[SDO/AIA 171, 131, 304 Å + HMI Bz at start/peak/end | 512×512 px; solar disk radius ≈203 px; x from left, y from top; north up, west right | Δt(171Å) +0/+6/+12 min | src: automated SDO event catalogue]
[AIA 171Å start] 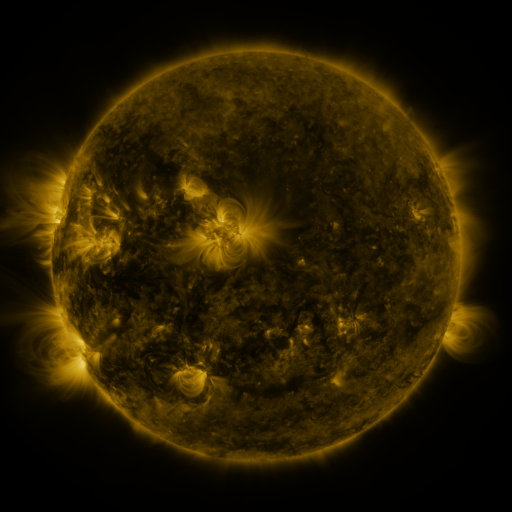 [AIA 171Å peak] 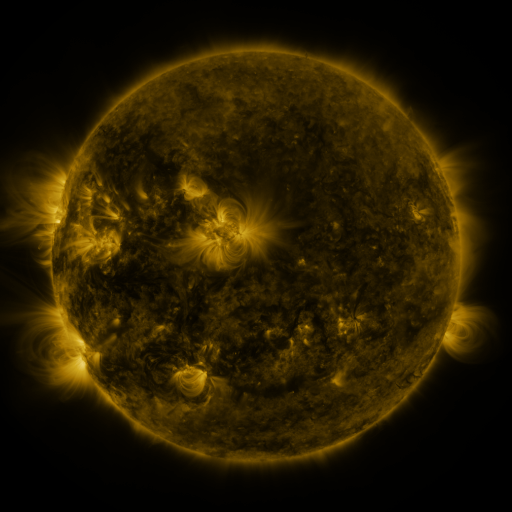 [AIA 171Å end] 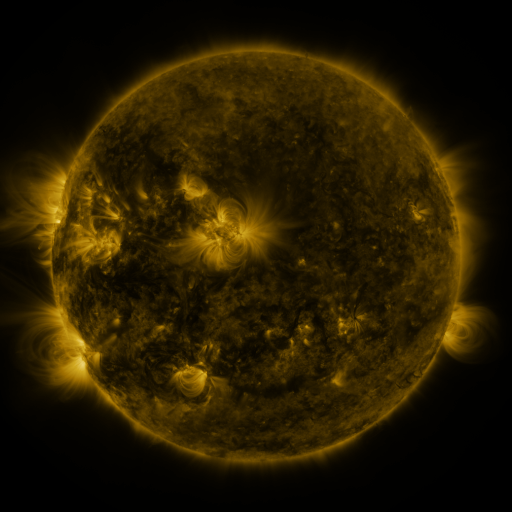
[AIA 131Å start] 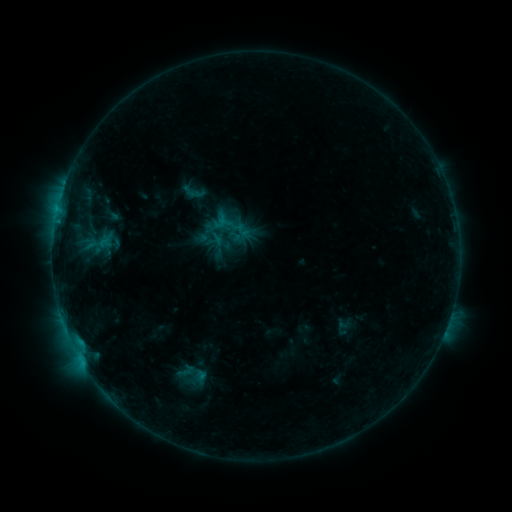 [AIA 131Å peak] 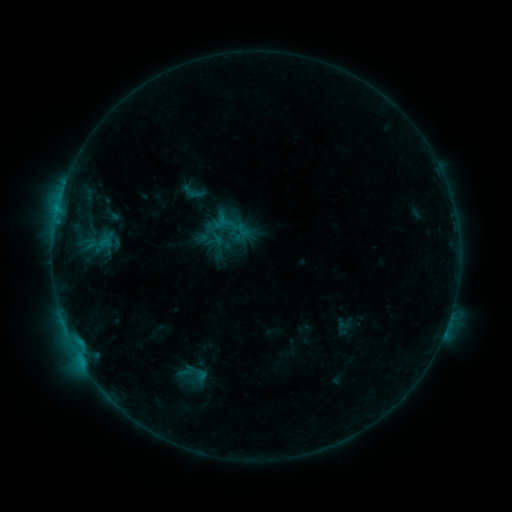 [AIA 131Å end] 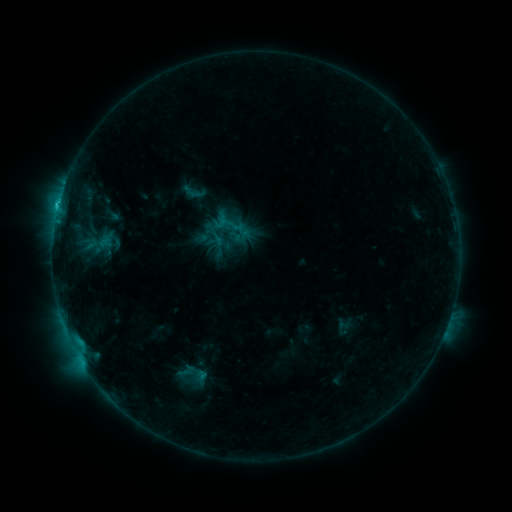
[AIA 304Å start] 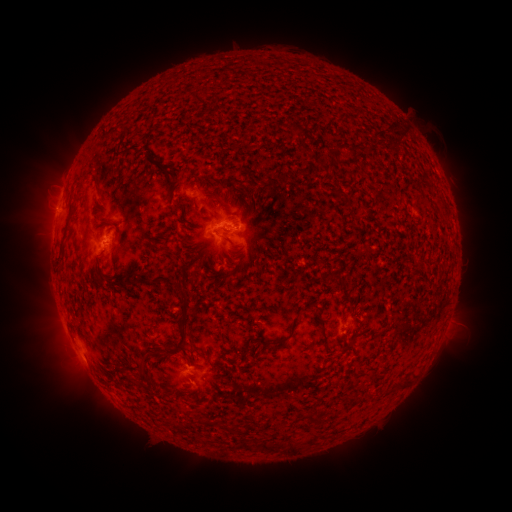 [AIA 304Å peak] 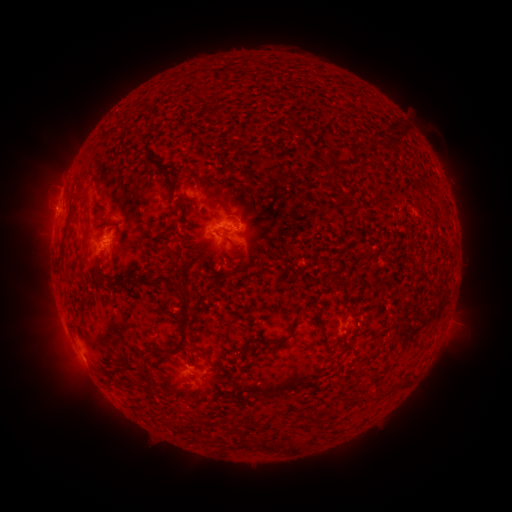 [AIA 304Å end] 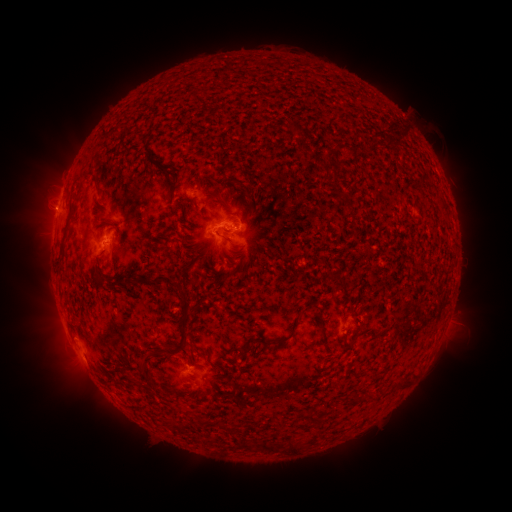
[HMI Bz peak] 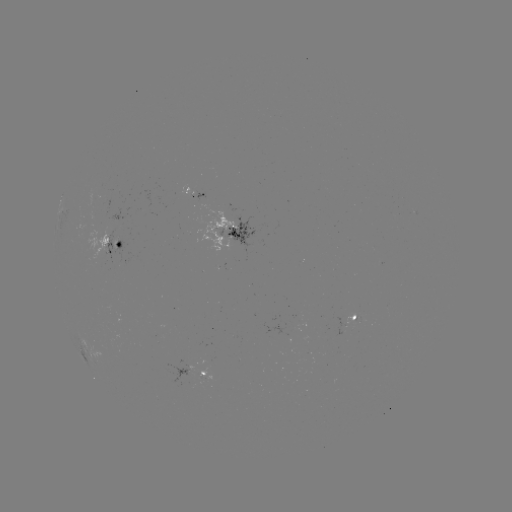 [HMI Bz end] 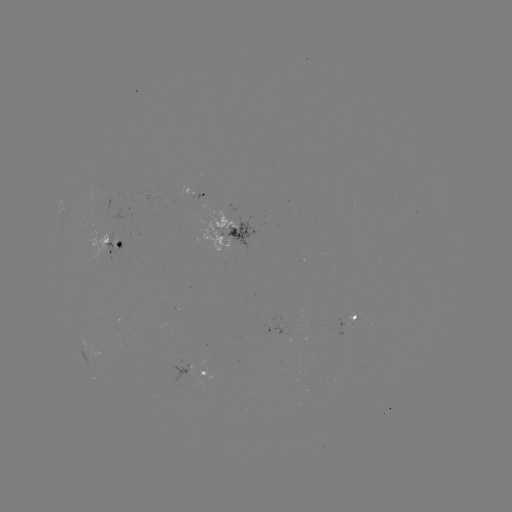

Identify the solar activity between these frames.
C2.2 flare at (58, 211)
